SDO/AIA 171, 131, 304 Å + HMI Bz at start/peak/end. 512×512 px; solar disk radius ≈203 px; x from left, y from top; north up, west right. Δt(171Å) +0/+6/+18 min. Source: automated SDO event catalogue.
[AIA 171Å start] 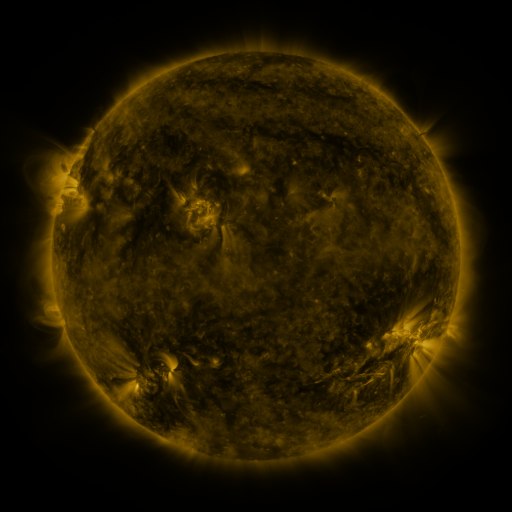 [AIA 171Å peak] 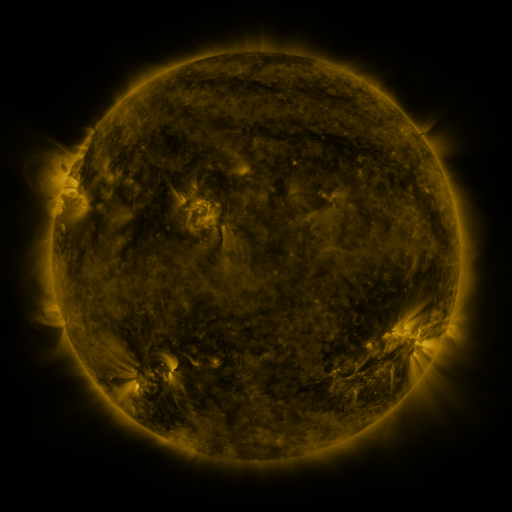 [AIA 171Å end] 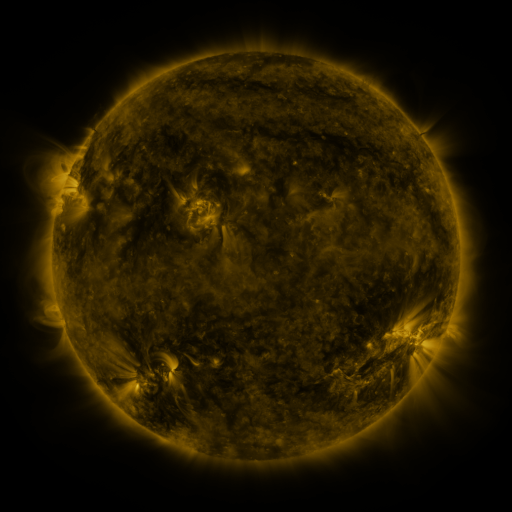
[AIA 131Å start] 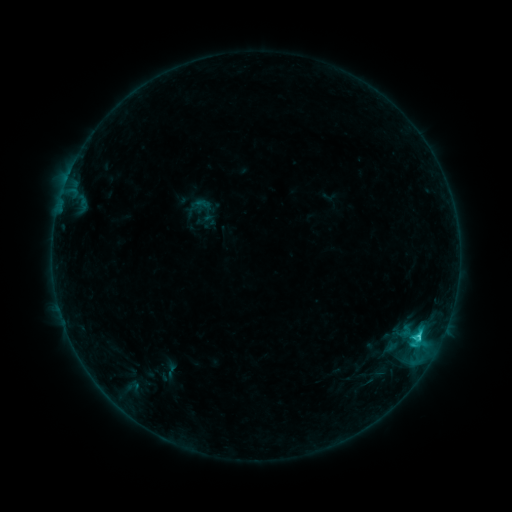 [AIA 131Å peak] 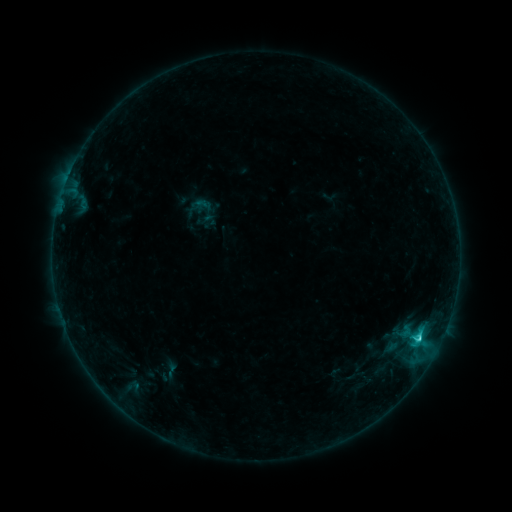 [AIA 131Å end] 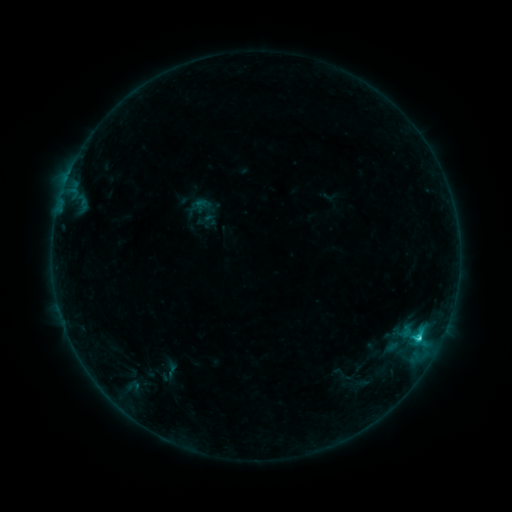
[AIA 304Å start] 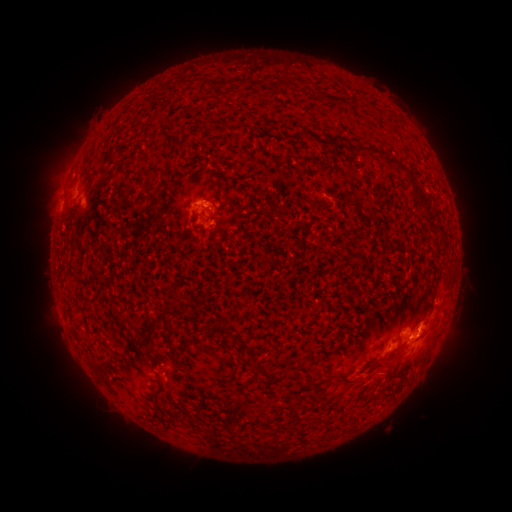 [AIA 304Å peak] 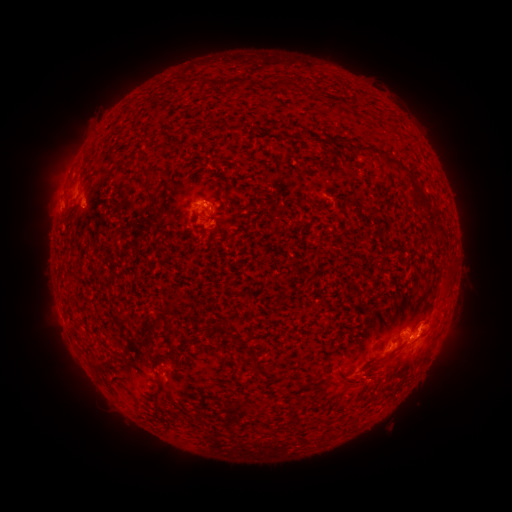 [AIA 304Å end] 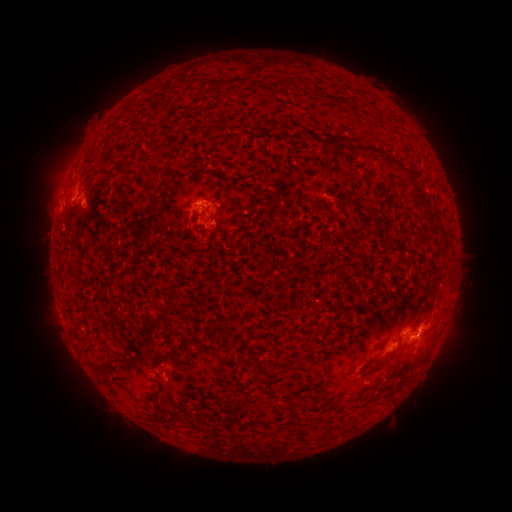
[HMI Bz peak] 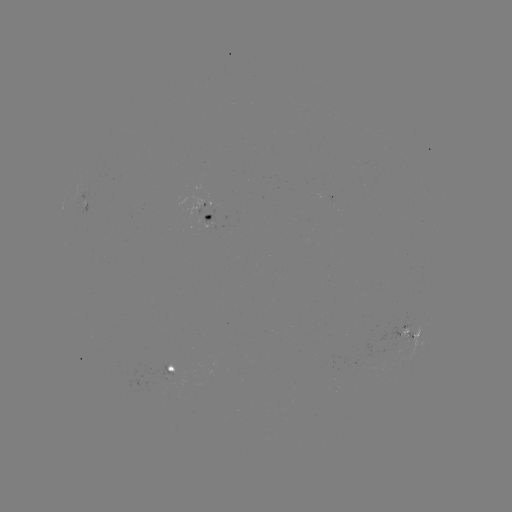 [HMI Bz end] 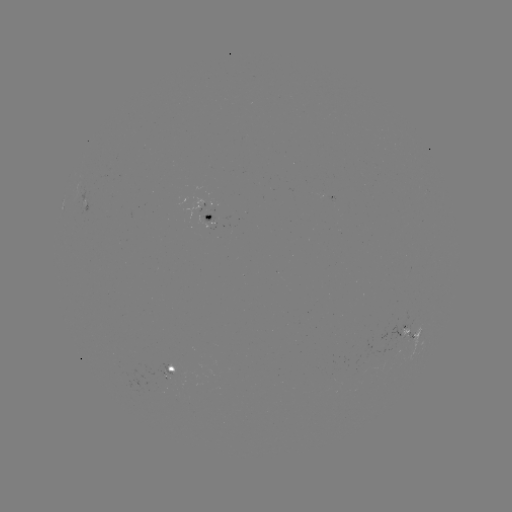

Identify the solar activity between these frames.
eruption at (370, 427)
